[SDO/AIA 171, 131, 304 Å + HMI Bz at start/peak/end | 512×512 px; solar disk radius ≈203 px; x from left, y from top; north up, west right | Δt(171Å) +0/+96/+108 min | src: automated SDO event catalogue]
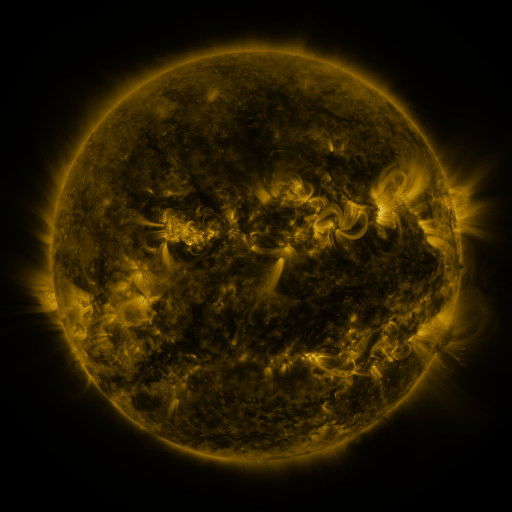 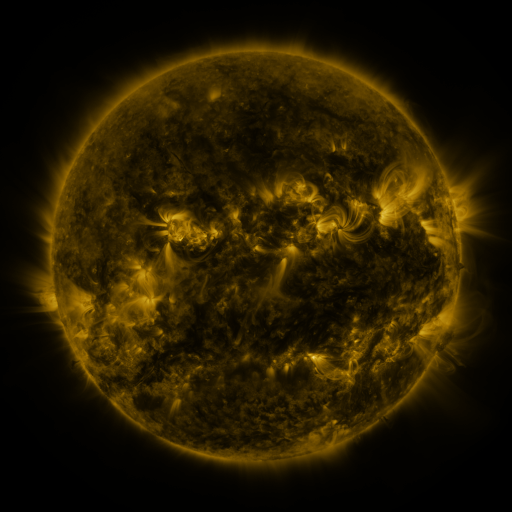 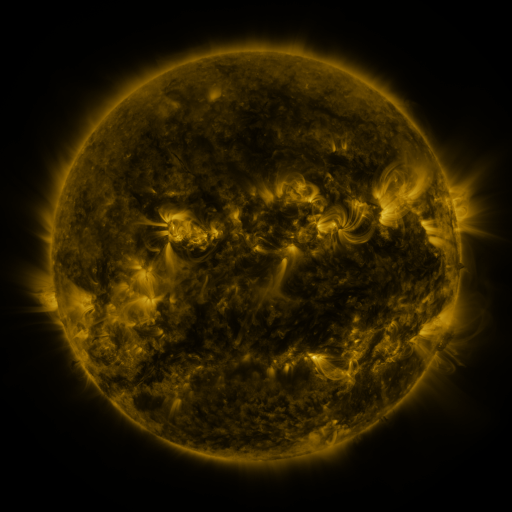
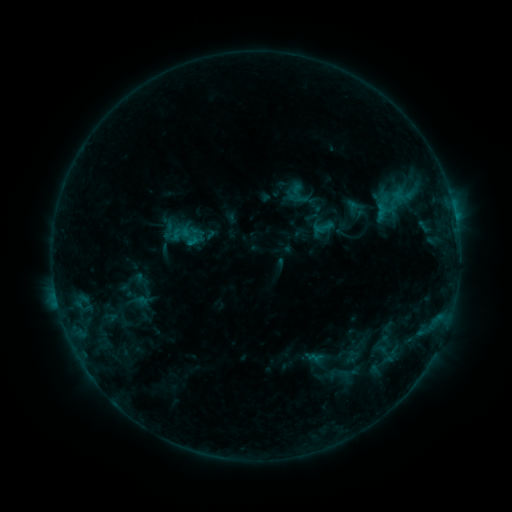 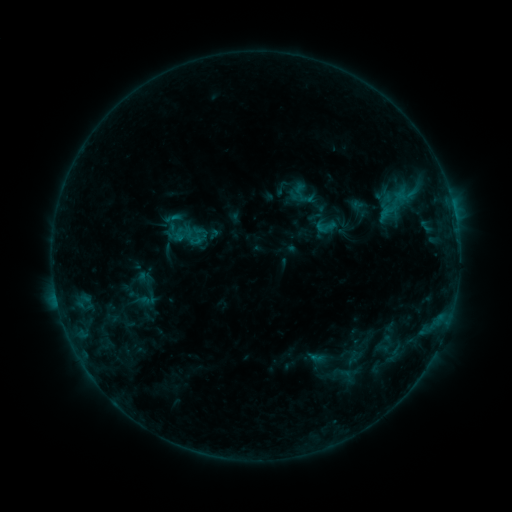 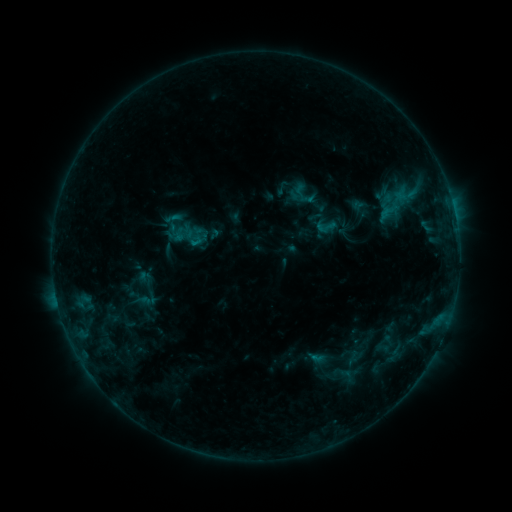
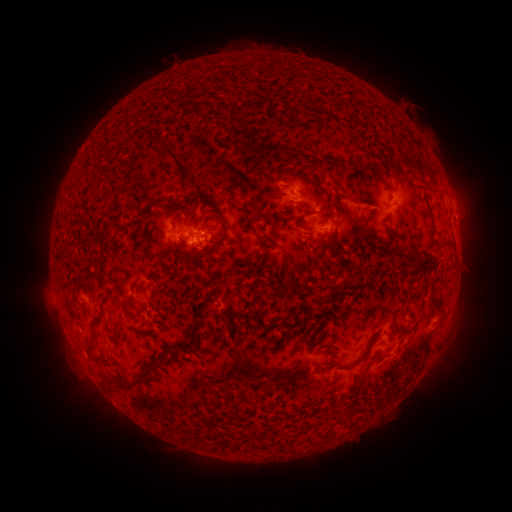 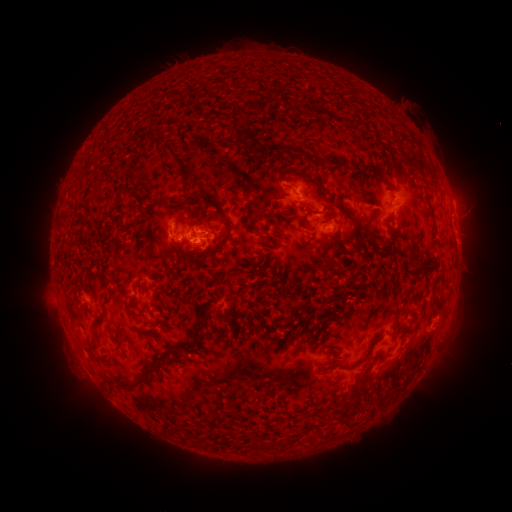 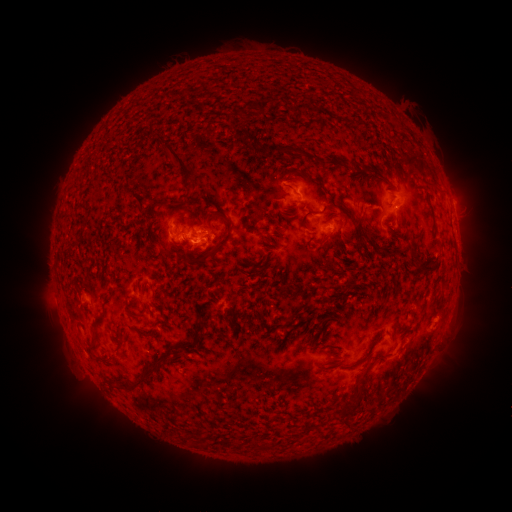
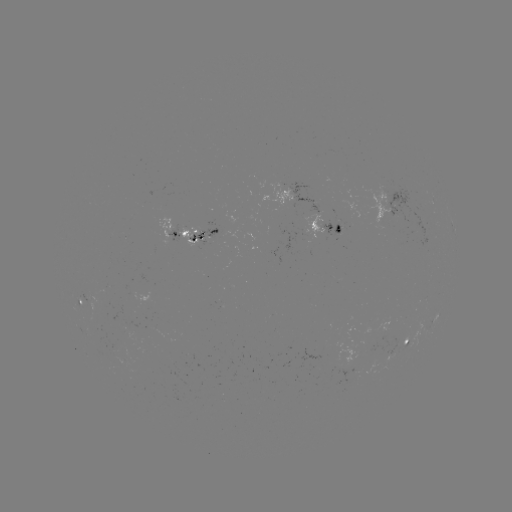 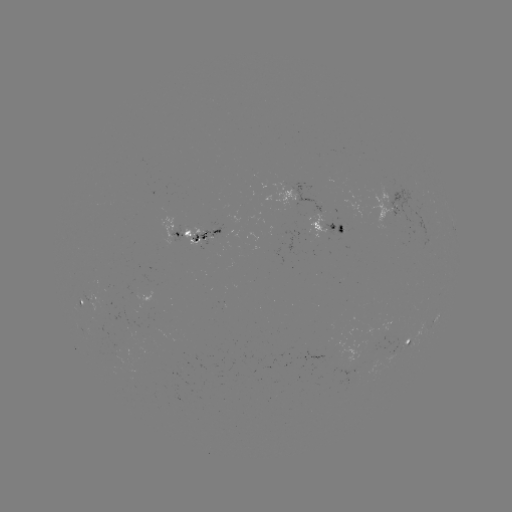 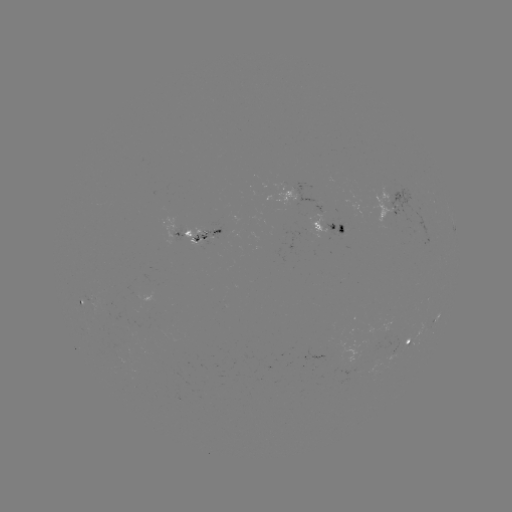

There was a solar emerging-flux region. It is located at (205, 234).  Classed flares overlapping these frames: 1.